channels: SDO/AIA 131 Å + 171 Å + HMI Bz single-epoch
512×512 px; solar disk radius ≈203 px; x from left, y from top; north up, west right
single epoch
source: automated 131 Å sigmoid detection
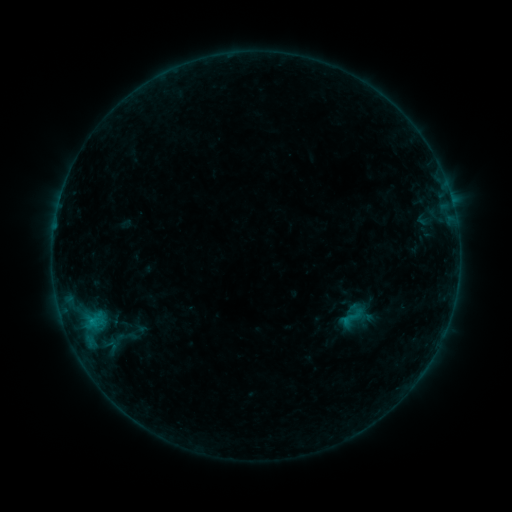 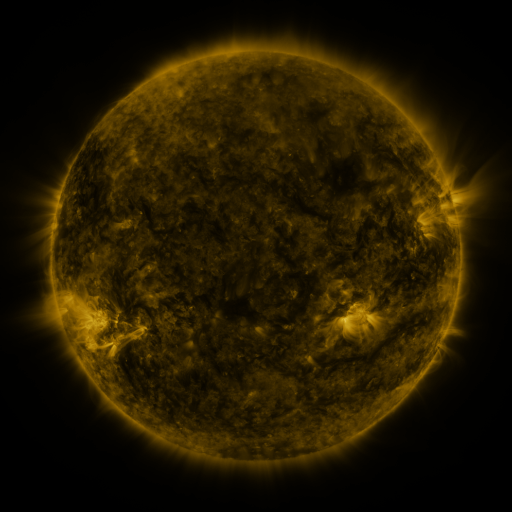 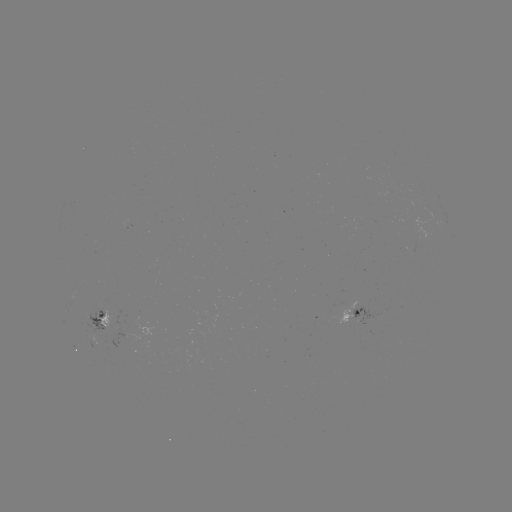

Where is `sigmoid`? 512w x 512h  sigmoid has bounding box [340, 305, 366, 330].